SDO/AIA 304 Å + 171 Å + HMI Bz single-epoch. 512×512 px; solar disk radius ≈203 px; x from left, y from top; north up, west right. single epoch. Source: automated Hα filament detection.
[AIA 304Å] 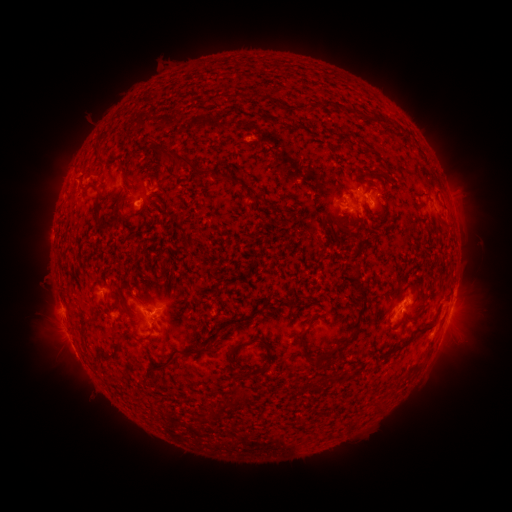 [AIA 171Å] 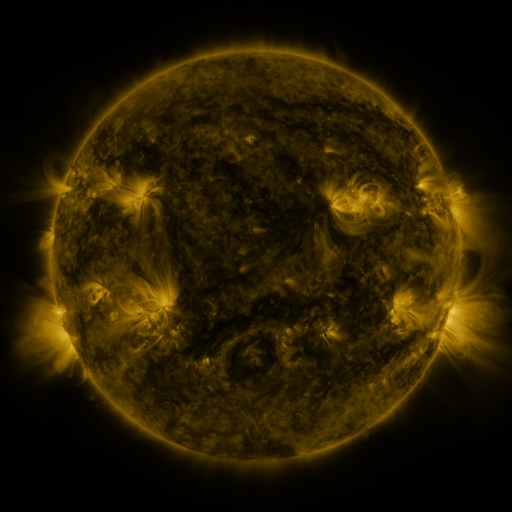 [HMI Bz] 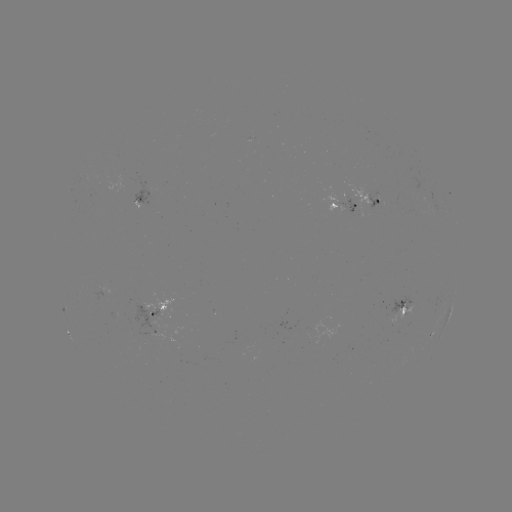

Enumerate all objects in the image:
filament: (376, 116)
filament: (97, 152)
filament: (173, 158)
filament: (123, 172)
filament: (229, 179)
filament: (91, 188)
filament: (257, 198)
filament: (117, 213)
filament: (101, 226)
filament: (364, 304)
filament: (91, 320)
filament: (414, 332)
filament: (303, 333)
filament: (345, 344)
filament: (201, 351)
filament: (113, 357)
filament: (330, 363)
filament: (165, 366)
filament: (154, 411)
filament: (215, 412)
